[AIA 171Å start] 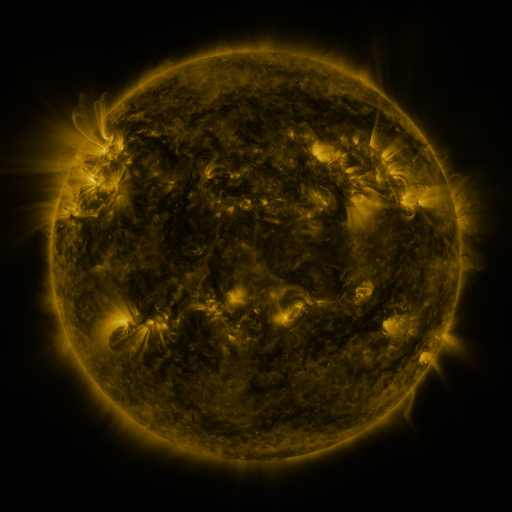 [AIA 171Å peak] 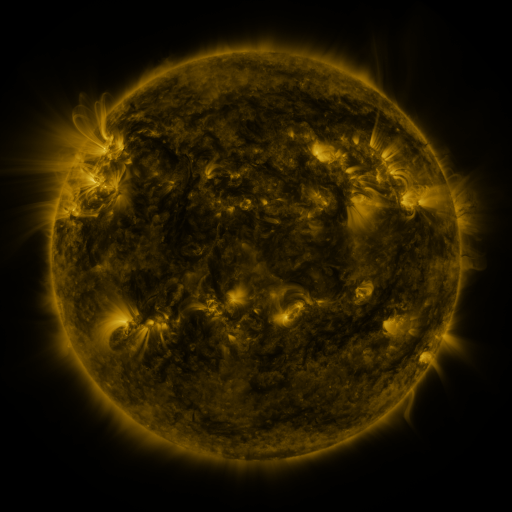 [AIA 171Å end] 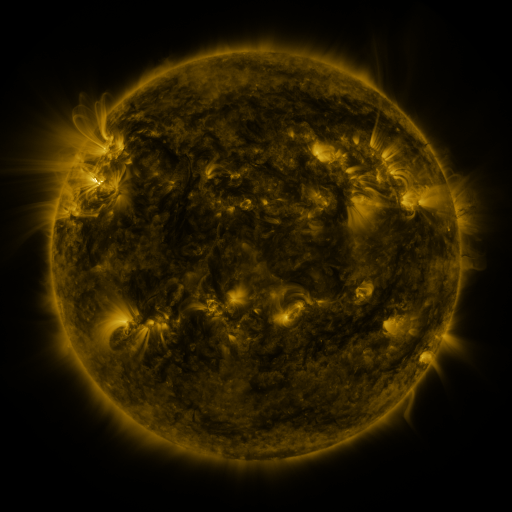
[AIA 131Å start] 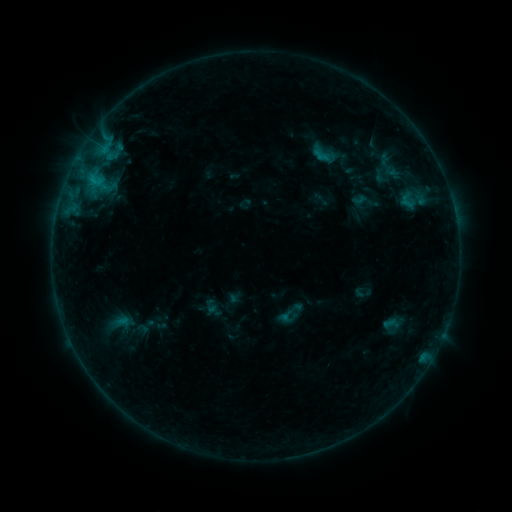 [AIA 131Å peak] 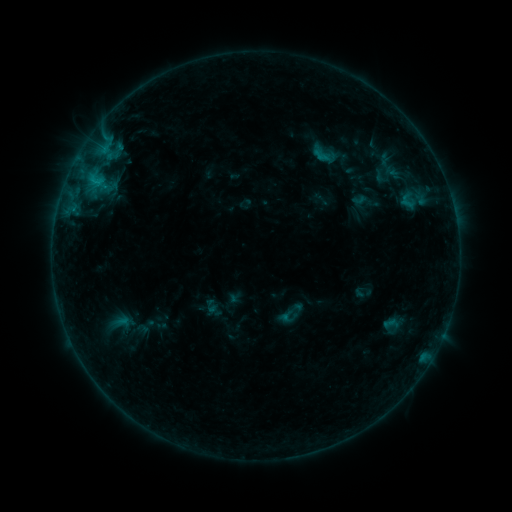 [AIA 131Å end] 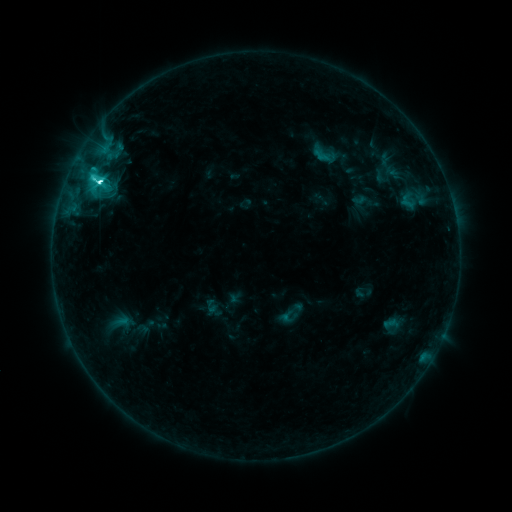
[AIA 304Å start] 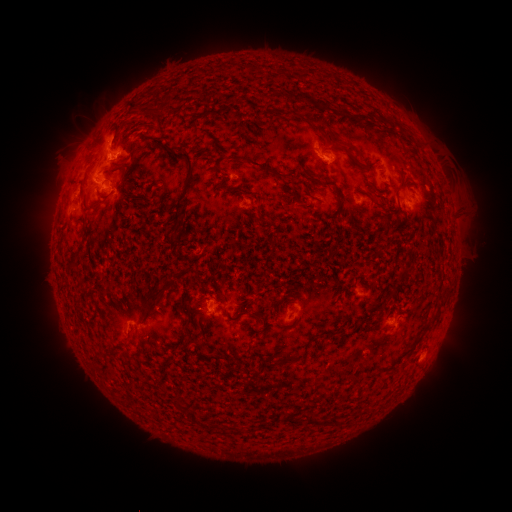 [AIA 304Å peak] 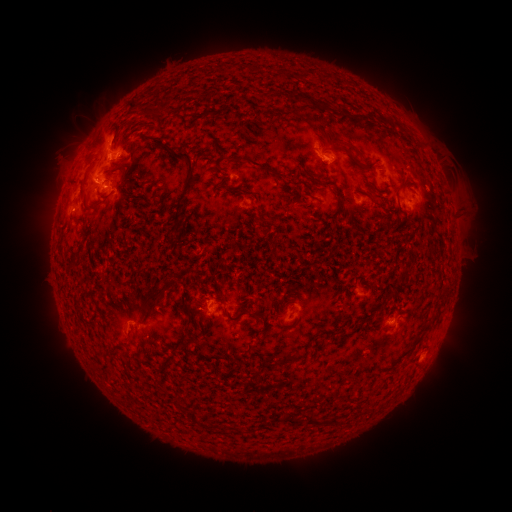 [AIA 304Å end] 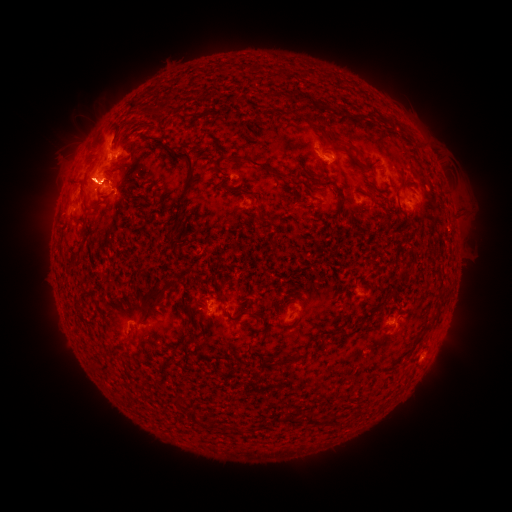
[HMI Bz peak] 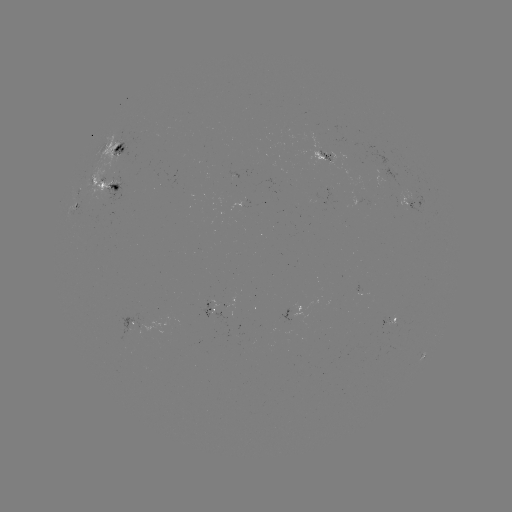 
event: eruption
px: (84, 177)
